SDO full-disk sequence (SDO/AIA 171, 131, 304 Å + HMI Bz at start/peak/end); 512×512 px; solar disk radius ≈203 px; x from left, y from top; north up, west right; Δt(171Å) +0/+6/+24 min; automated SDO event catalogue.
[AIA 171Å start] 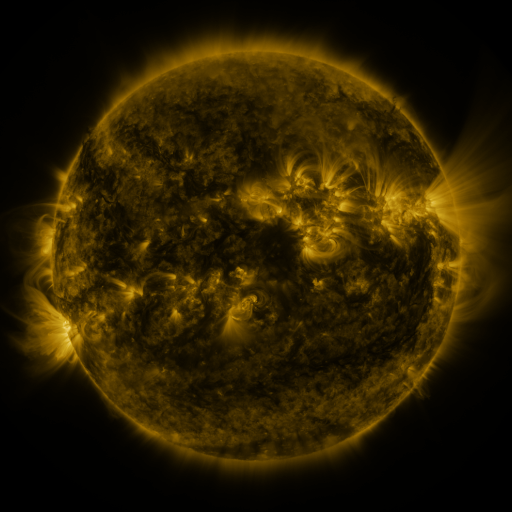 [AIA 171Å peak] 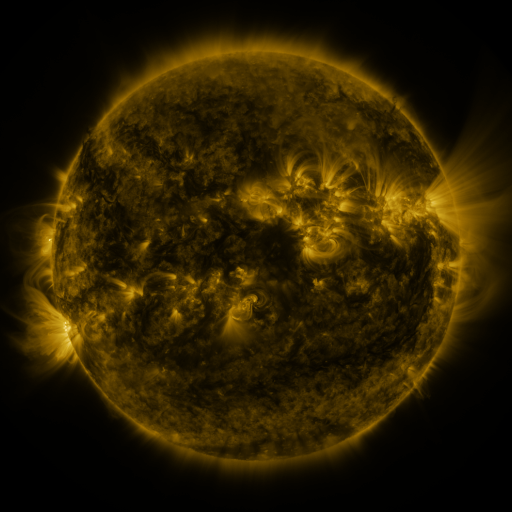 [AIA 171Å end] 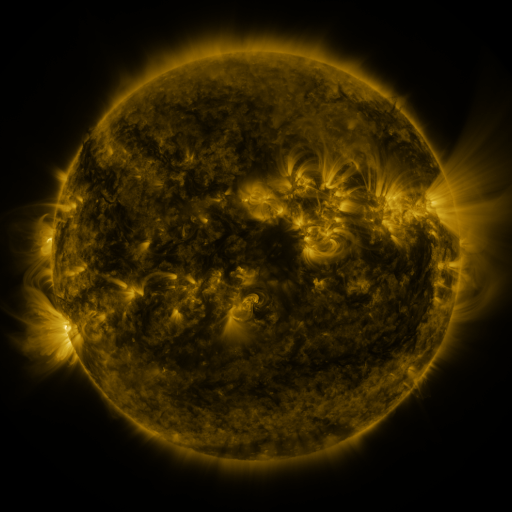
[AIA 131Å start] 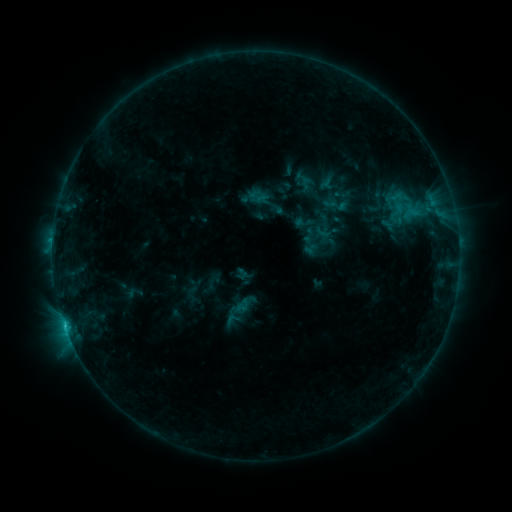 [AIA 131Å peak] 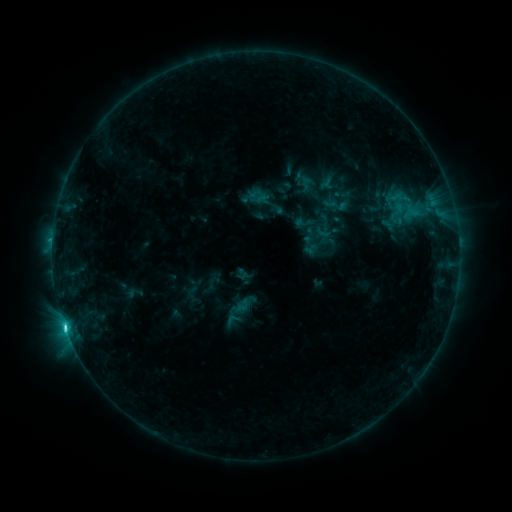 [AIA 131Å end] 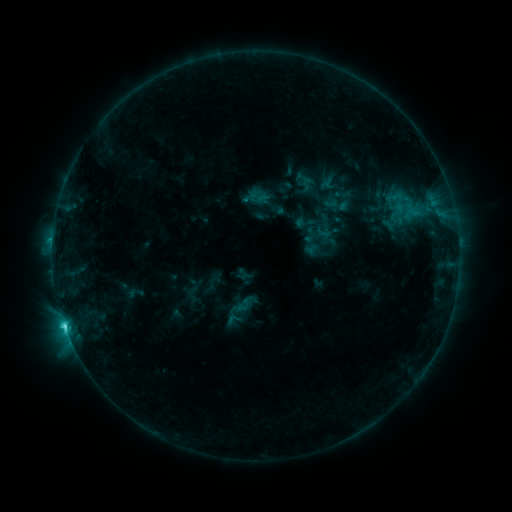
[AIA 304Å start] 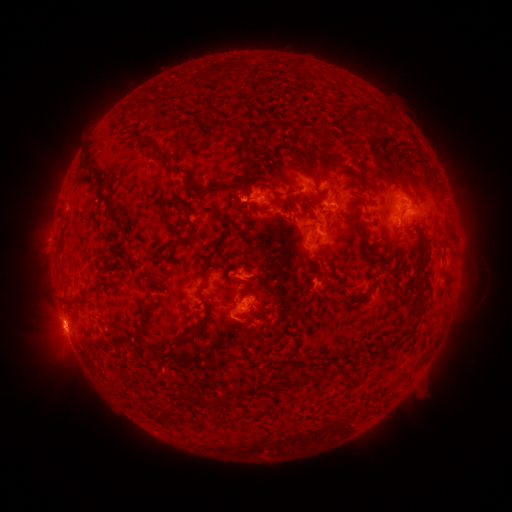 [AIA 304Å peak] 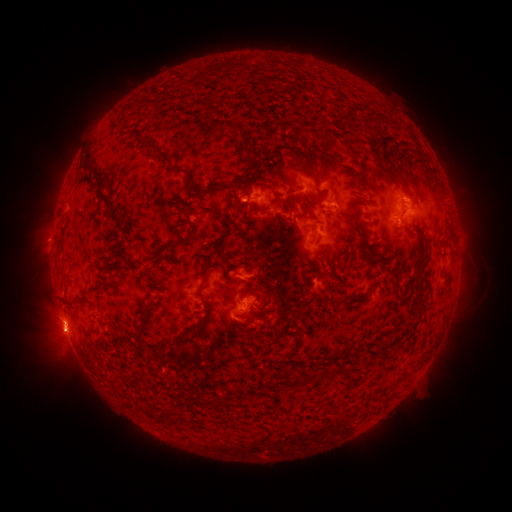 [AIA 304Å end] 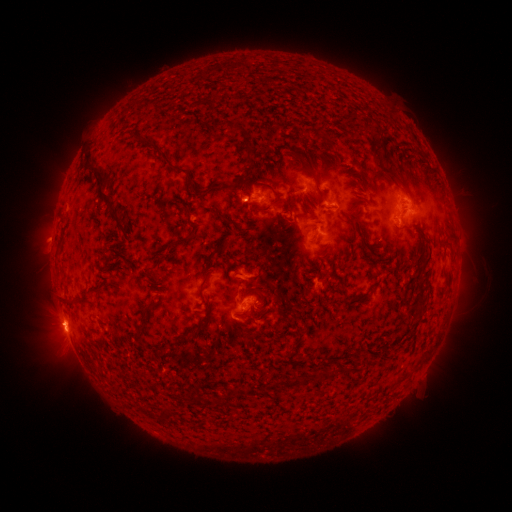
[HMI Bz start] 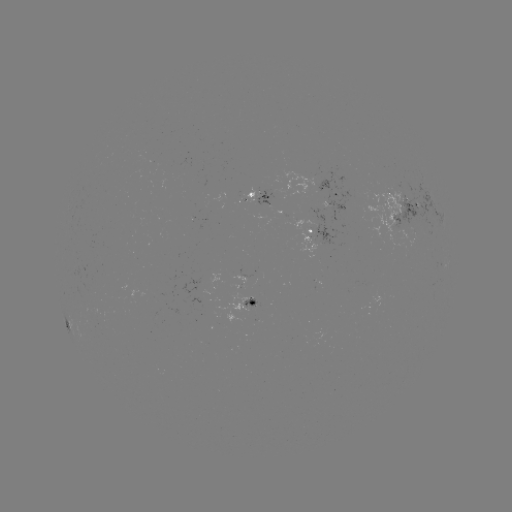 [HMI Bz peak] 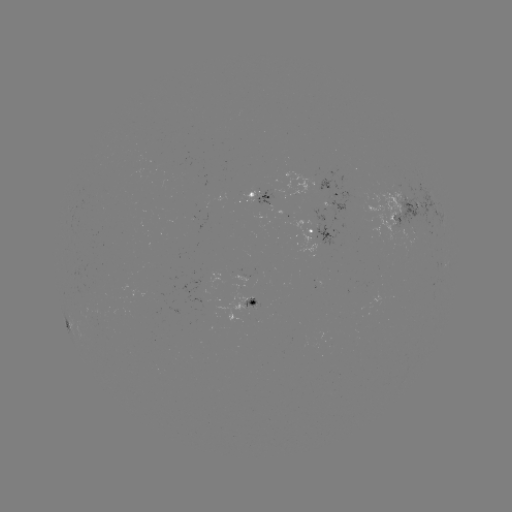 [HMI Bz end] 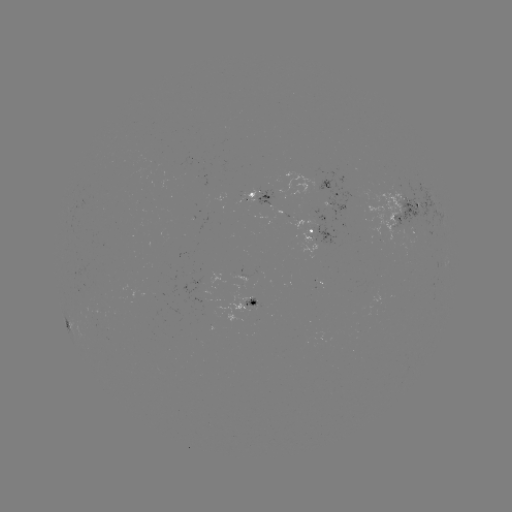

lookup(C3.8 flare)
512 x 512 66,325